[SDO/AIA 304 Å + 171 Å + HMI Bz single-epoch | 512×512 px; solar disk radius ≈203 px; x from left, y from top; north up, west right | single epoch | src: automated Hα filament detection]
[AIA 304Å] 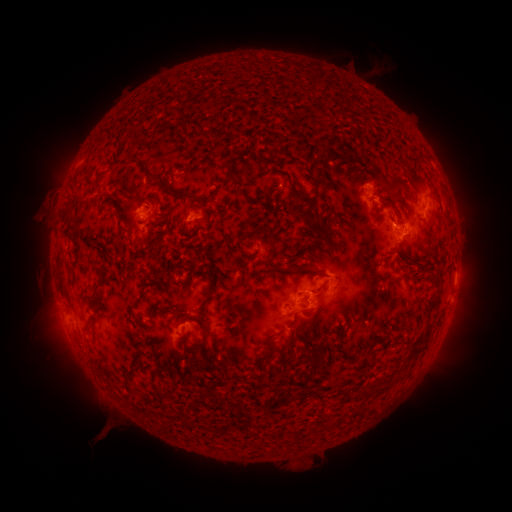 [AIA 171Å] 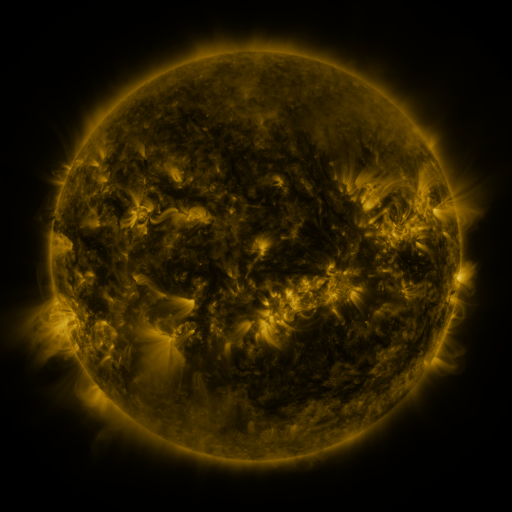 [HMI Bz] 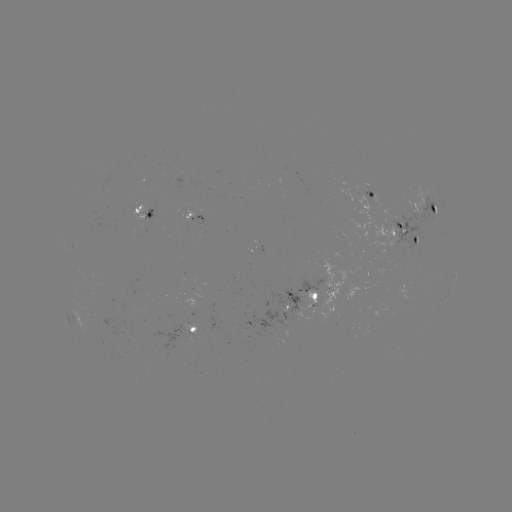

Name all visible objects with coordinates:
filament: (162, 109, 177, 118)
filament: (318, 136, 352, 160)
filament: (274, 138, 282, 152)
filament: (353, 152, 374, 166)
filament: (135, 160, 169, 195)
filament: (225, 168, 243, 196)
filament: (107, 176, 128, 189)
filament: (379, 178, 408, 193)
filament: (190, 198, 203, 205)
filament: (286, 198, 334, 248)
filament: (321, 203, 327, 213)
filament: (113, 207, 125, 224)
filament: (60, 209, 71, 228)
filament: (387, 212, 395, 222)
filament: (294, 239, 316, 251)
filament: (149, 240, 165, 252)
filament: (241, 250, 253, 259)
filament: (284, 254, 304, 260)
filament: (416, 261, 437, 278)
filament: (293, 265, 306, 273)
filament: (187, 270, 215, 323)
filament: (316, 270, 326, 276)
filament: (160, 280, 169, 293)
filament: (378, 281, 386, 292)
filament: (424, 289, 442, 309)
filament: (350, 300, 357, 311)
filament: (129, 305, 140, 320)
filament: (173, 307, 184, 317)
filament: (194, 320, 209, 353)
filament: (266, 328, 285, 341)
filament: (306, 328, 327, 369)
filament: (409, 340, 425, 355)
filament: (266, 347, 274, 357)
filament: (291, 352, 305, 362)
filament: (260, 362, 269, 372)
